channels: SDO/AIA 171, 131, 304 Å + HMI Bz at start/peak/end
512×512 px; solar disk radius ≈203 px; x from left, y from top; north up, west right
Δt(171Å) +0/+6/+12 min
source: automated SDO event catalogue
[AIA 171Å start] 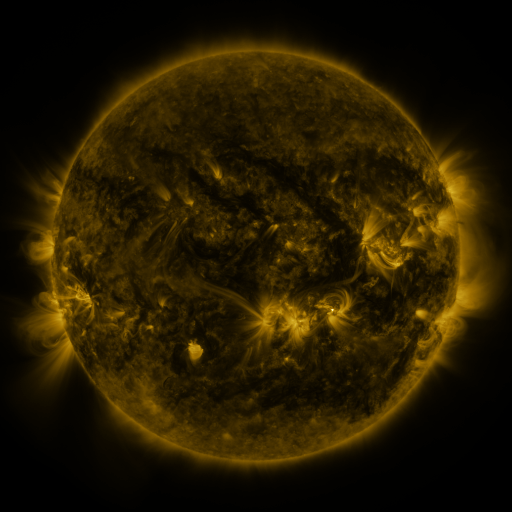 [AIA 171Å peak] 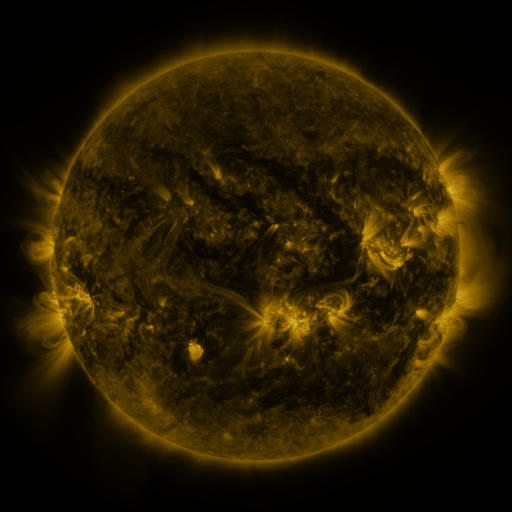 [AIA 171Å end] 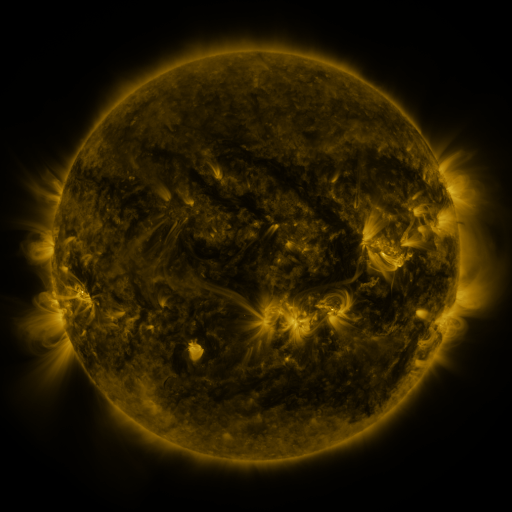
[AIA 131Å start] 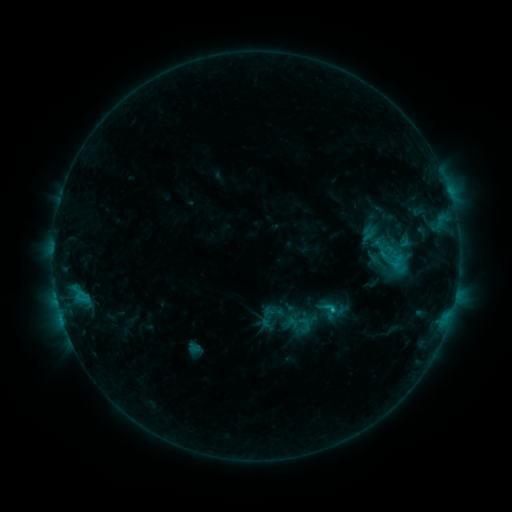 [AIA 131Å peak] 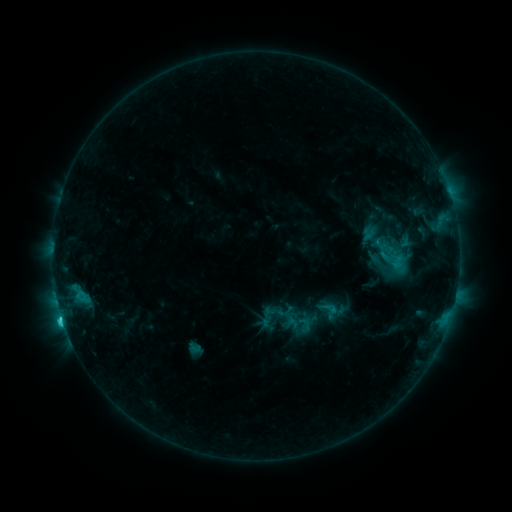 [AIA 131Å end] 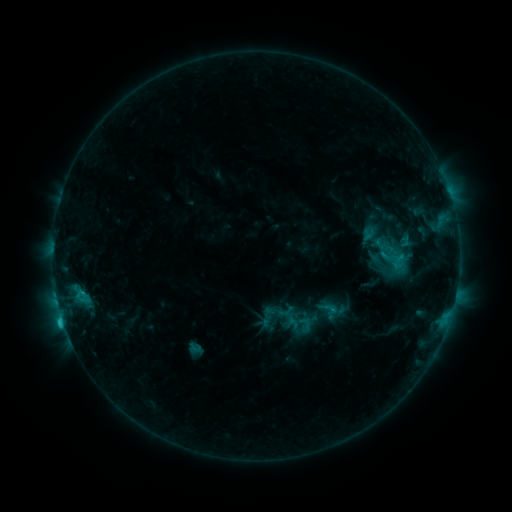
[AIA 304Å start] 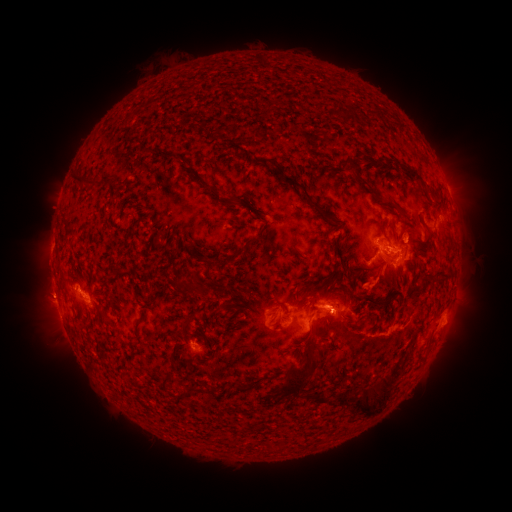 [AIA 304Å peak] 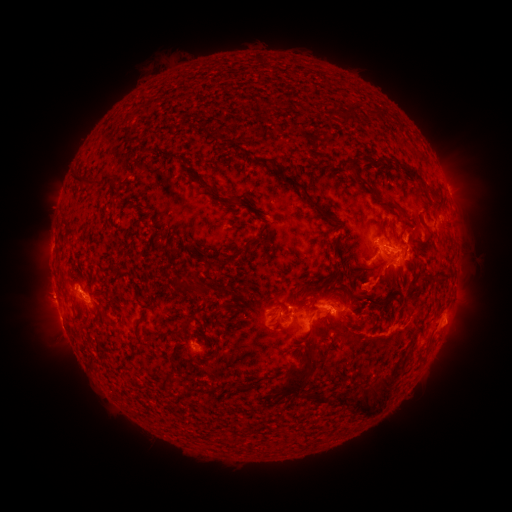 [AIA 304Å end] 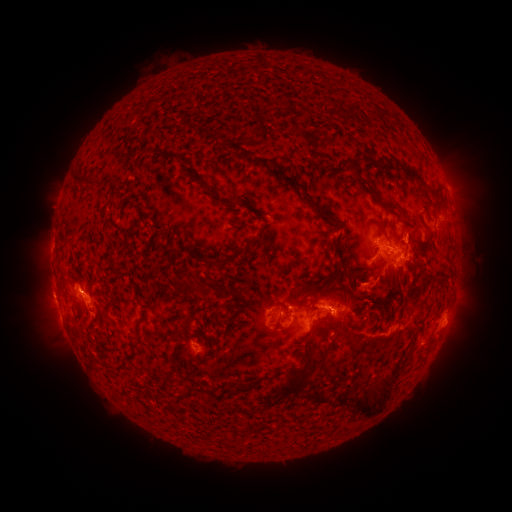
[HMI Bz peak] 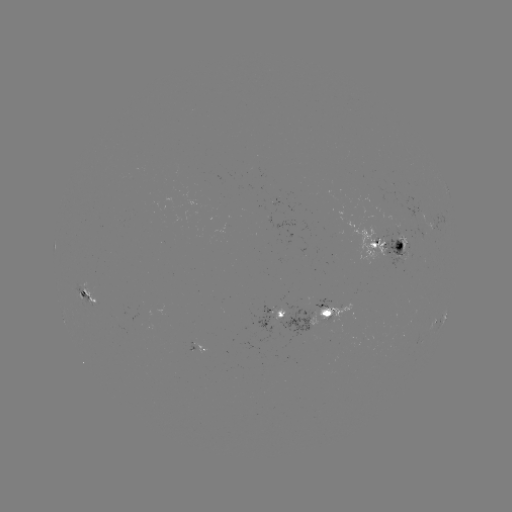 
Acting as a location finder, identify eruption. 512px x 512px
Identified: [57, 328].